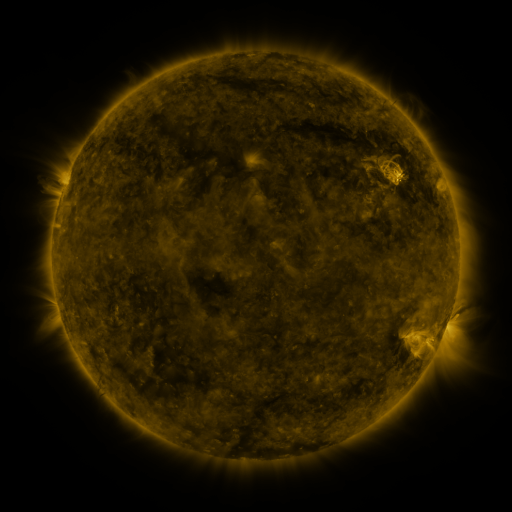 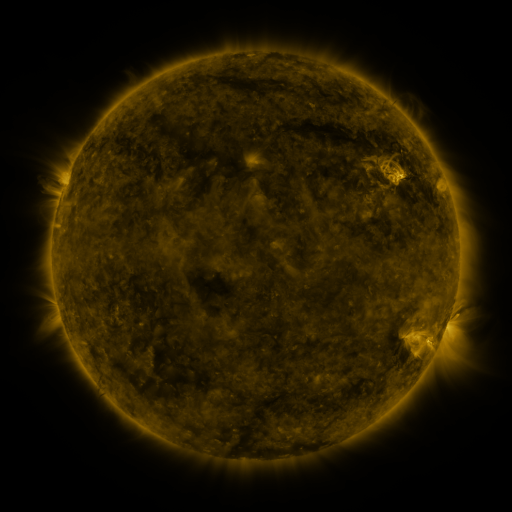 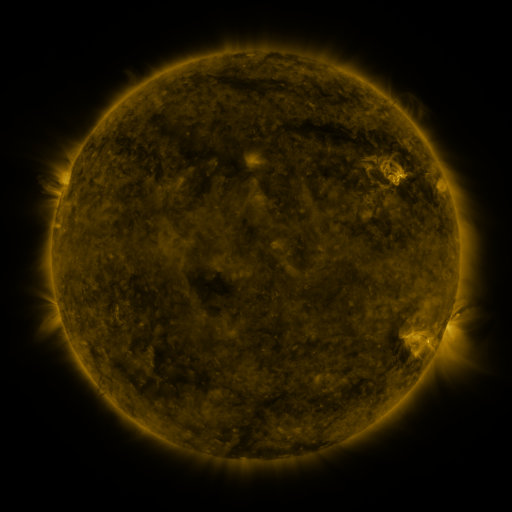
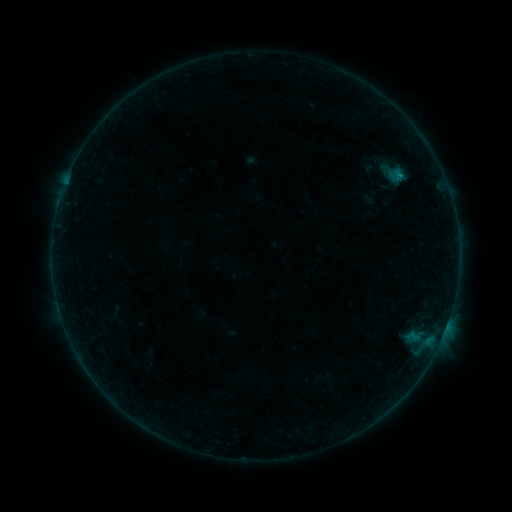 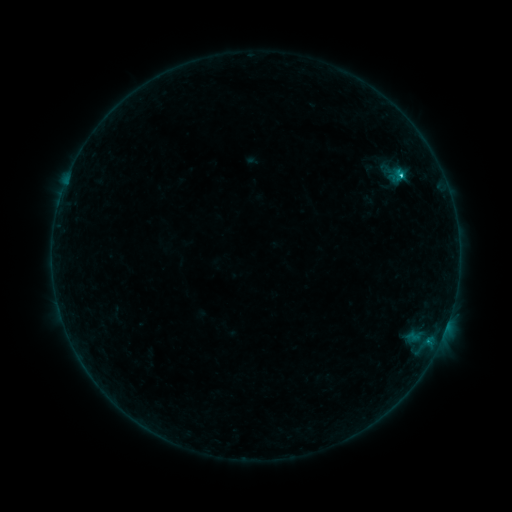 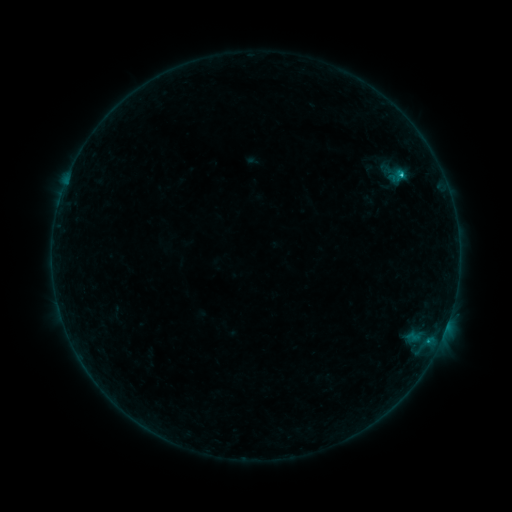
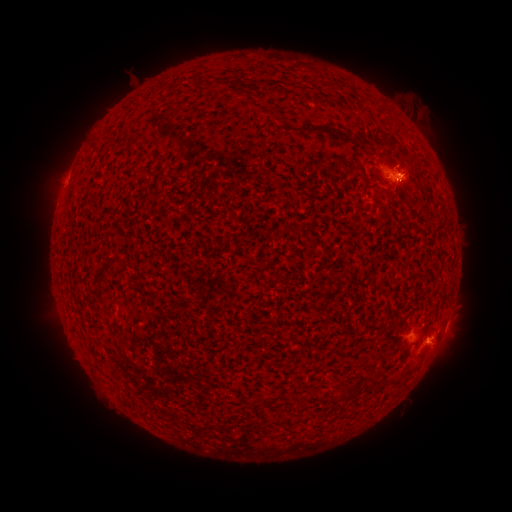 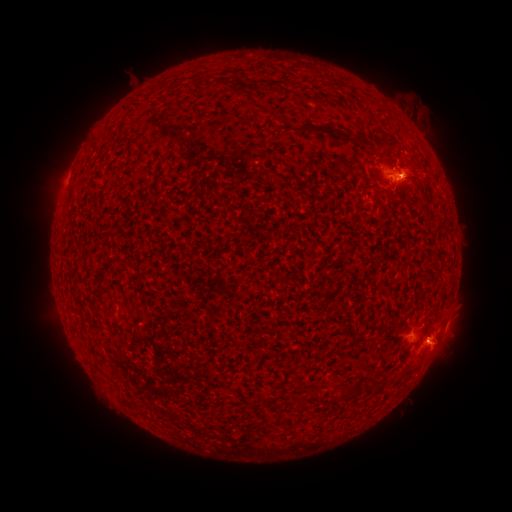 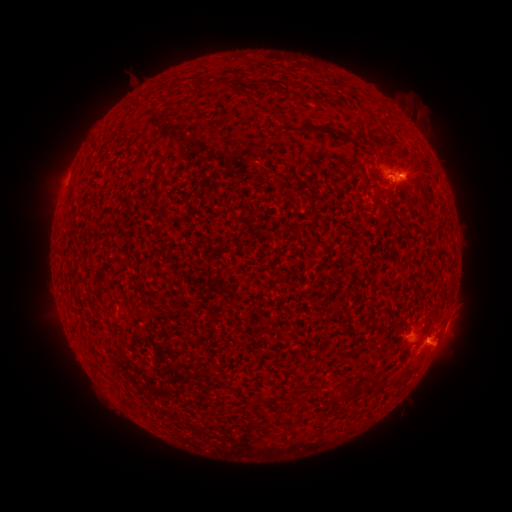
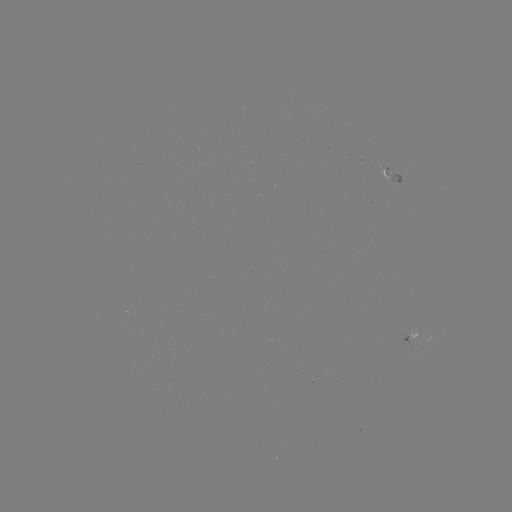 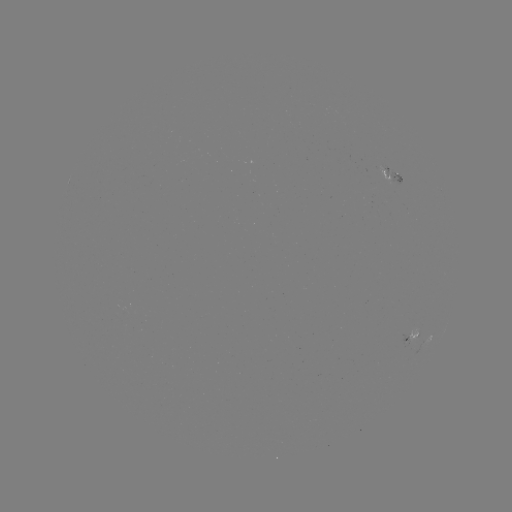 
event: eruption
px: (445, 358)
